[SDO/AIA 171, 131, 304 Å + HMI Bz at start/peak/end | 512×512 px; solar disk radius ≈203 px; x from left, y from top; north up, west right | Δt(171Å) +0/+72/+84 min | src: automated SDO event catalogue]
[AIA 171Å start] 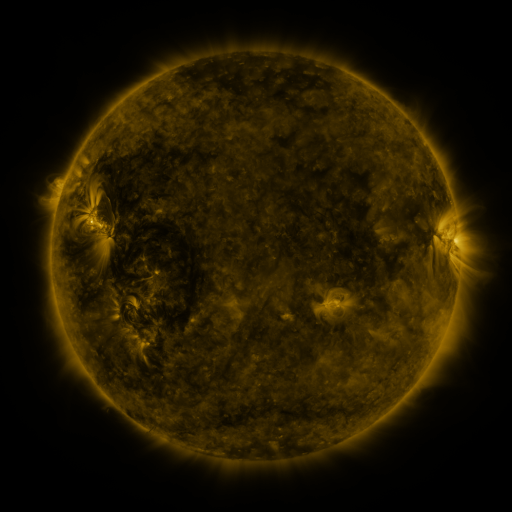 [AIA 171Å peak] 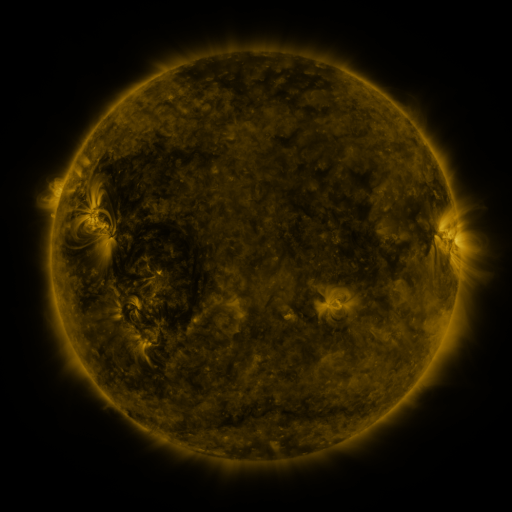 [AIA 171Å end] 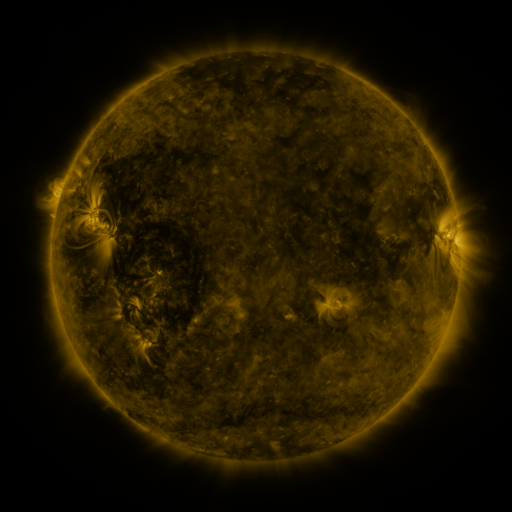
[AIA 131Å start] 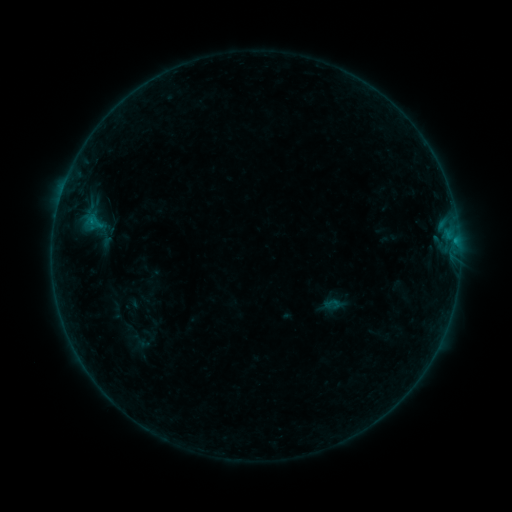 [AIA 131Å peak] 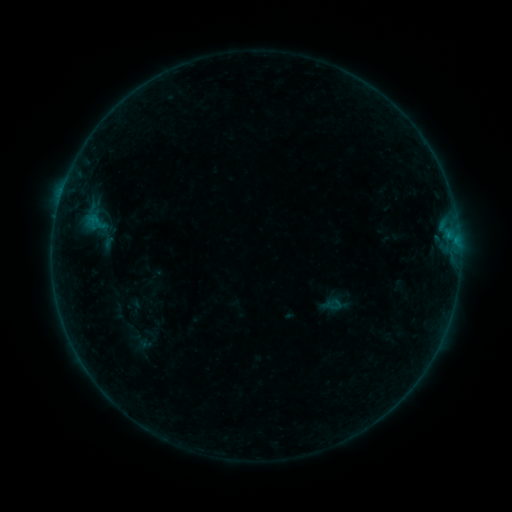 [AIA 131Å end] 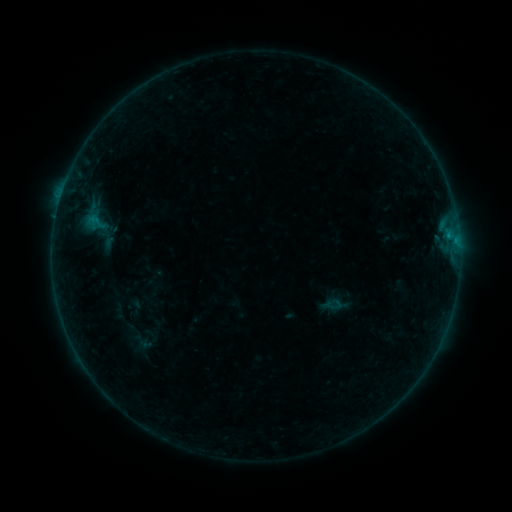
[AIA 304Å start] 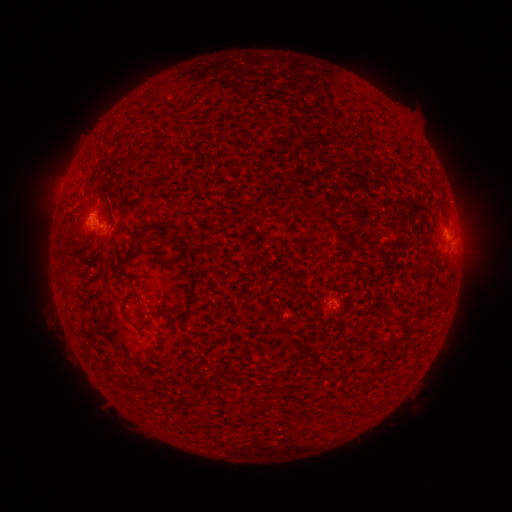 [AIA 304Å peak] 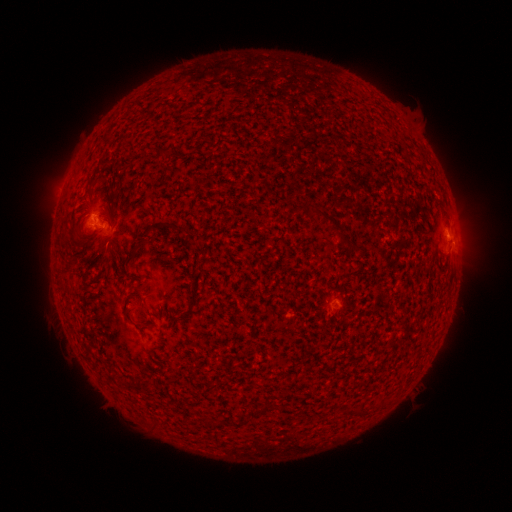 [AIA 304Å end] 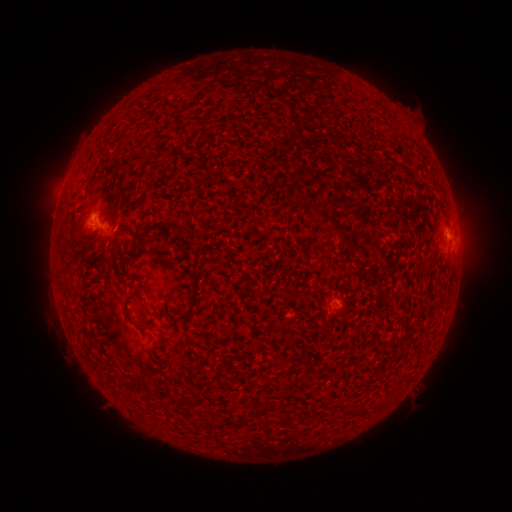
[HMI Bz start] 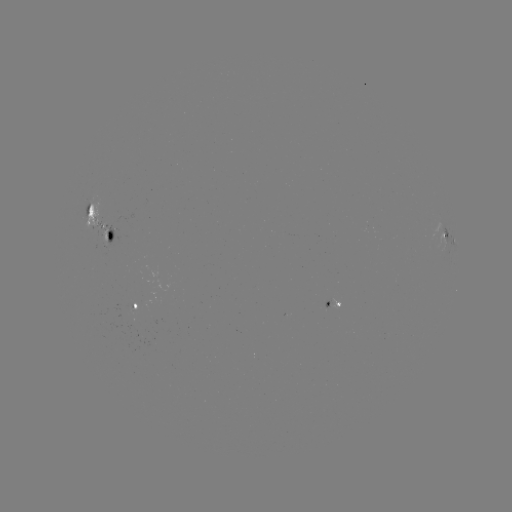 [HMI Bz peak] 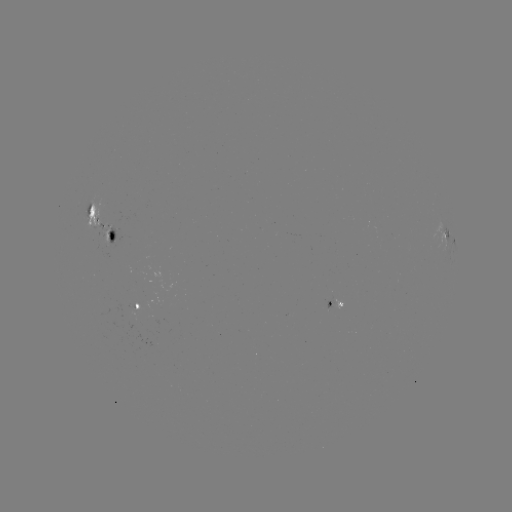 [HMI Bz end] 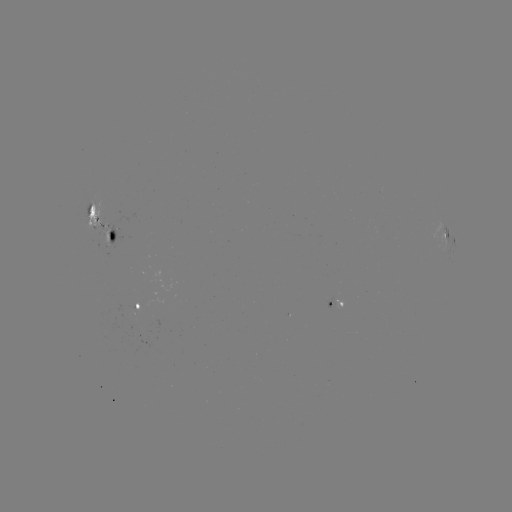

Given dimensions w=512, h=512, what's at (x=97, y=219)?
emerging-flux region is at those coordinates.